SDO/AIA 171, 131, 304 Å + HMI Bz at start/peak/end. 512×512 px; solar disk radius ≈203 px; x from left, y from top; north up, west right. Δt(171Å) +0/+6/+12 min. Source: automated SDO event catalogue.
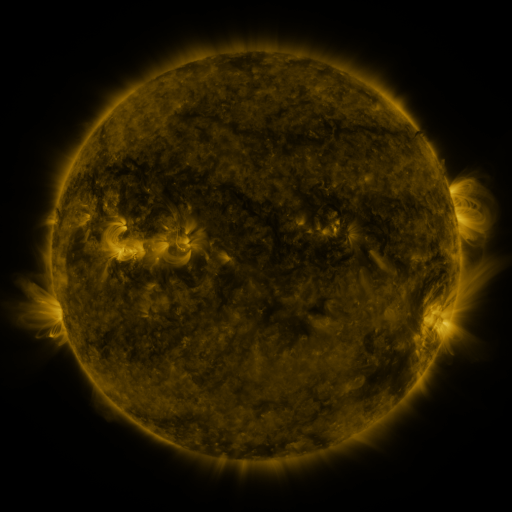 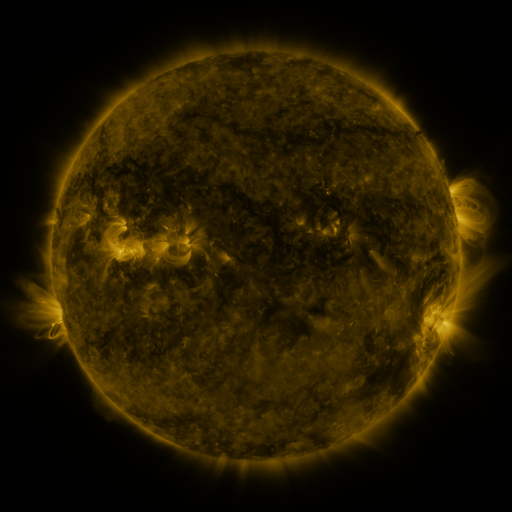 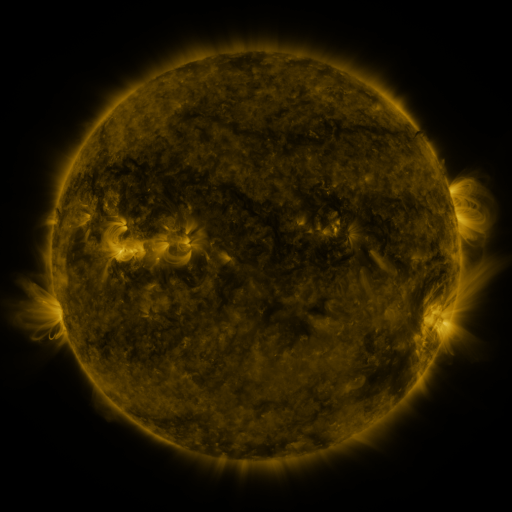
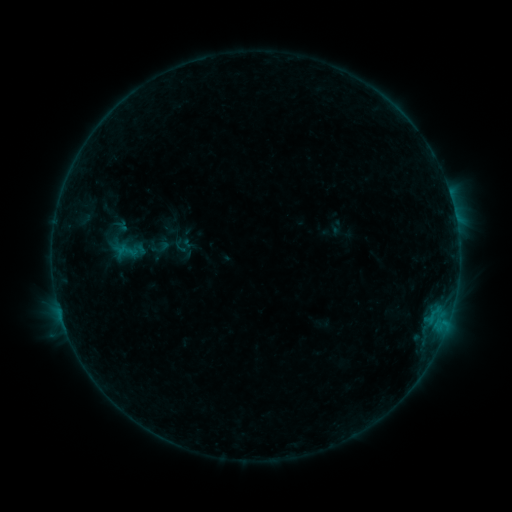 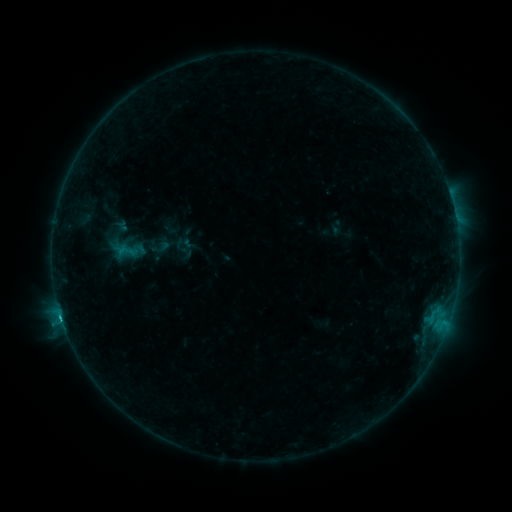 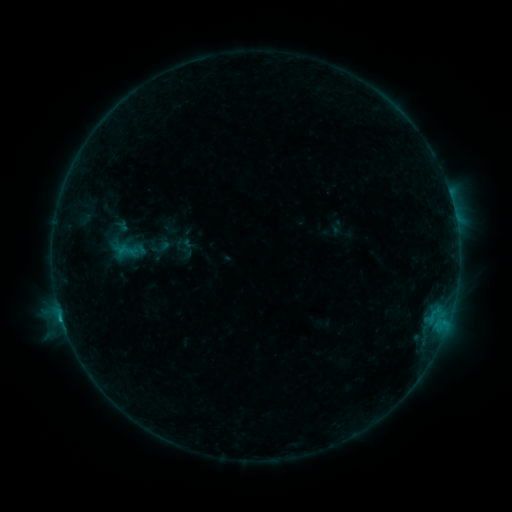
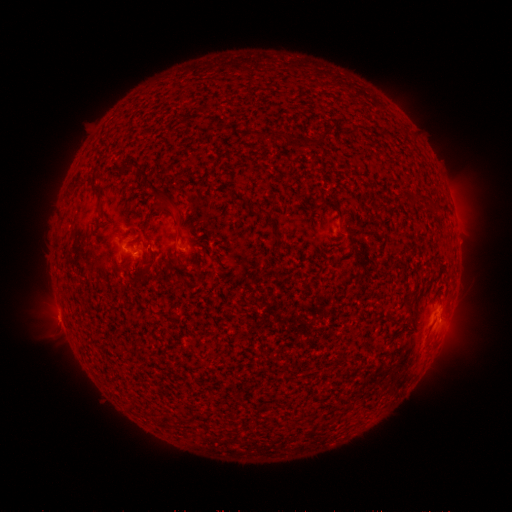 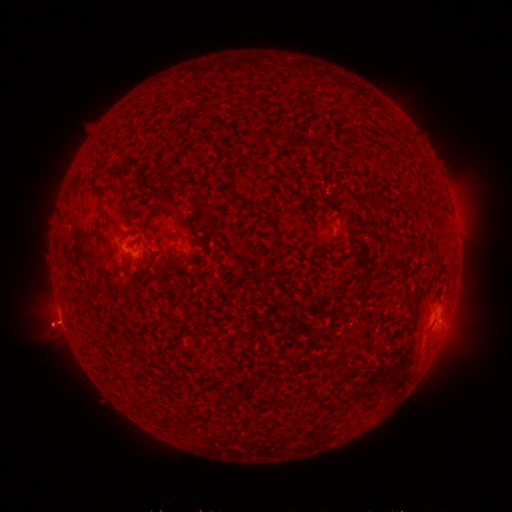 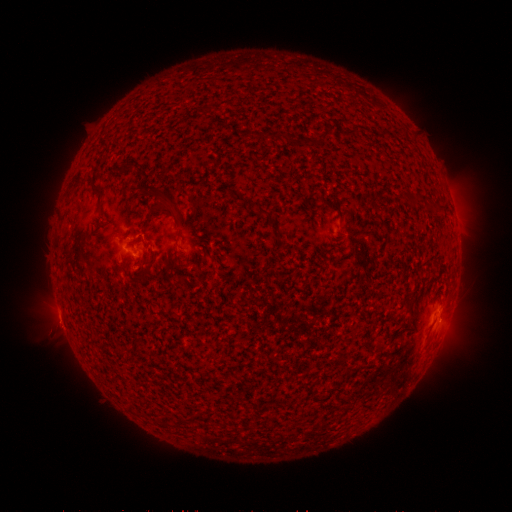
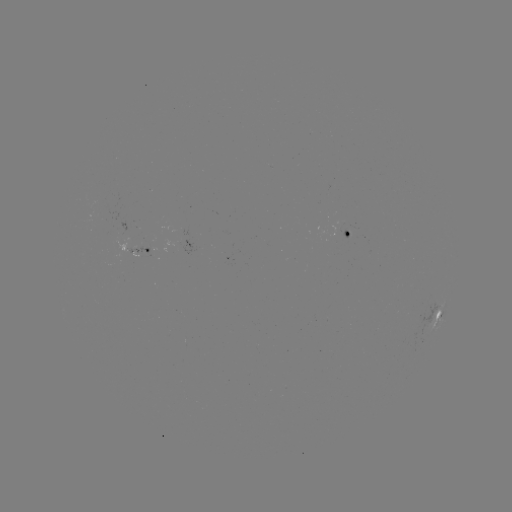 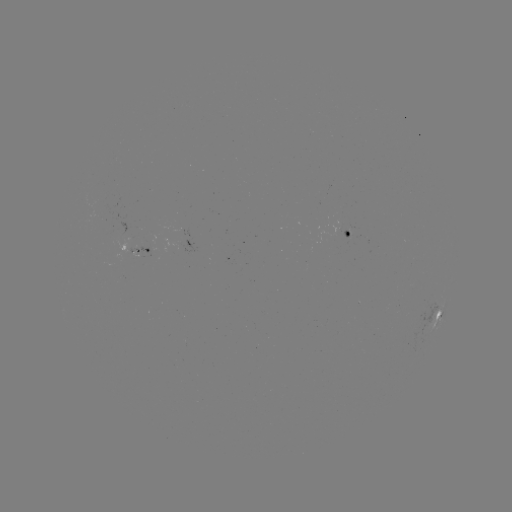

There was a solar flare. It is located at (61, 316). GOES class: C1.0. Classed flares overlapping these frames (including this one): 1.